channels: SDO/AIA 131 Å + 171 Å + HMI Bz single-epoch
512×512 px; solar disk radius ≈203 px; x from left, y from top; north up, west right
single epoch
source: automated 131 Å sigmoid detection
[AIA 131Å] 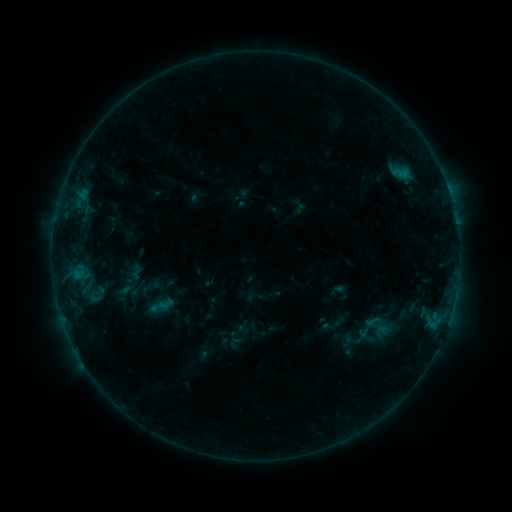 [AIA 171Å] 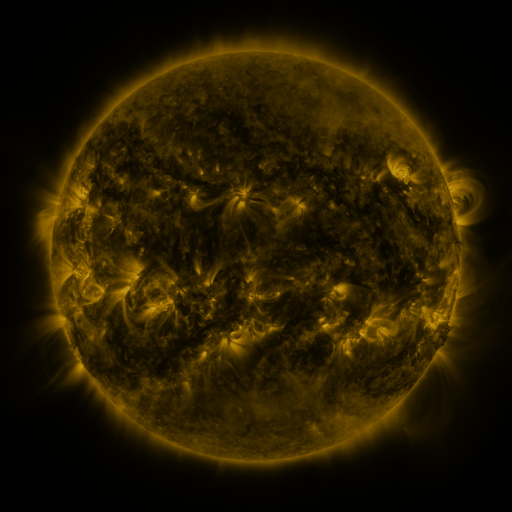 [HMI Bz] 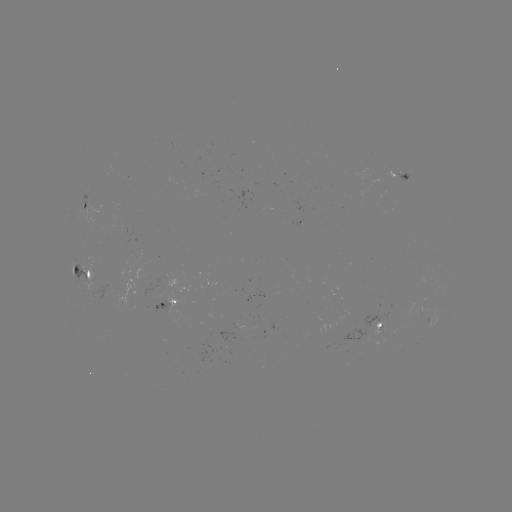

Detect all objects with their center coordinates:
sigmoid: <bbox>127, 262, 147, 280</bbox>
sigmoid: <bbox>355, 309, 391, 348</bbox>
